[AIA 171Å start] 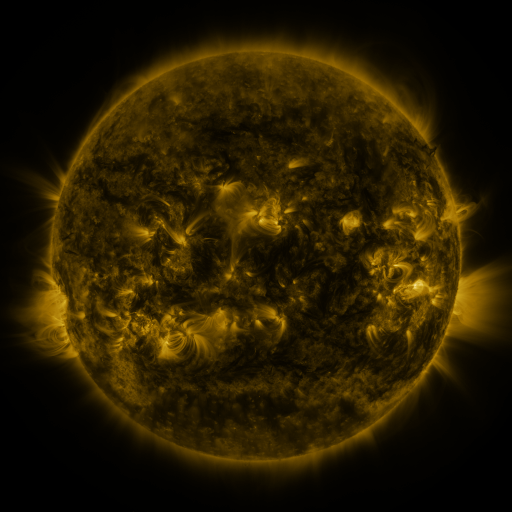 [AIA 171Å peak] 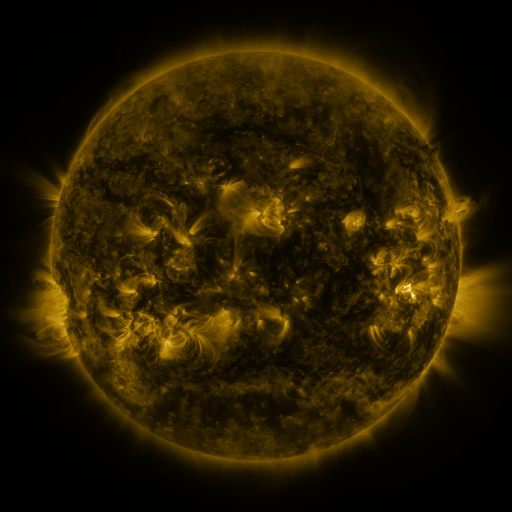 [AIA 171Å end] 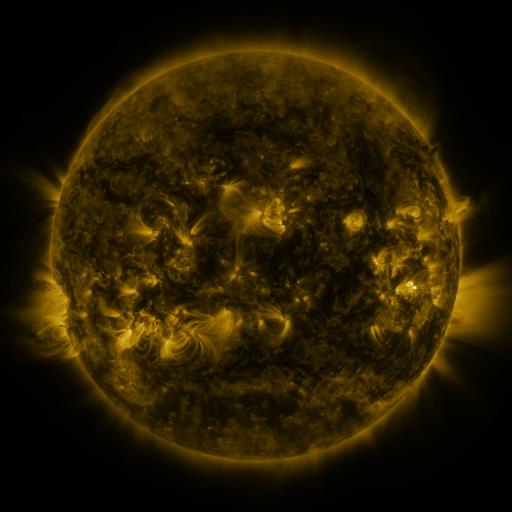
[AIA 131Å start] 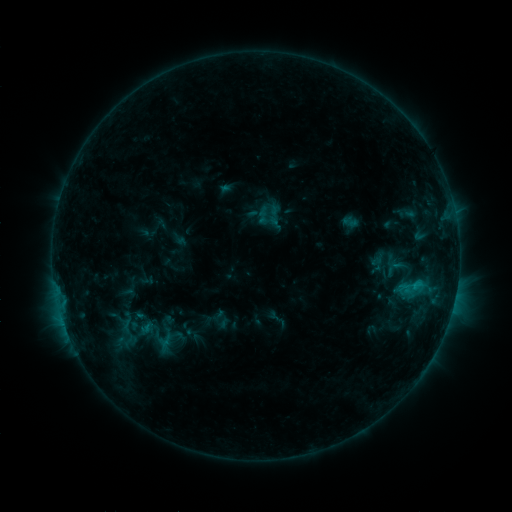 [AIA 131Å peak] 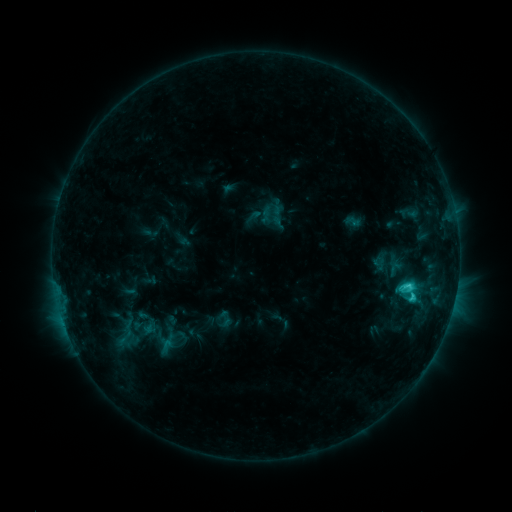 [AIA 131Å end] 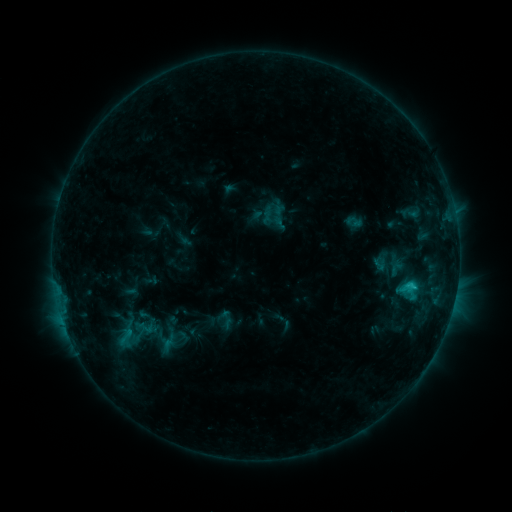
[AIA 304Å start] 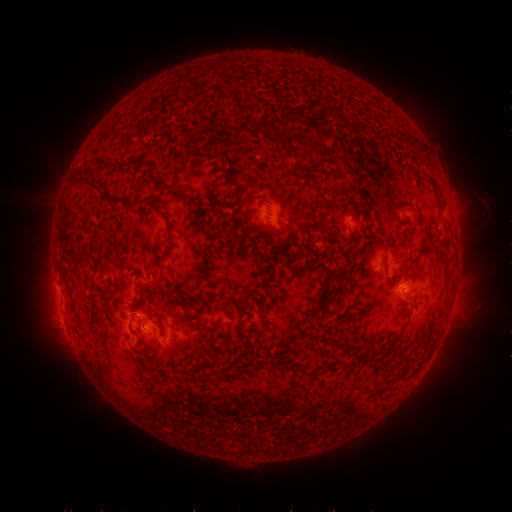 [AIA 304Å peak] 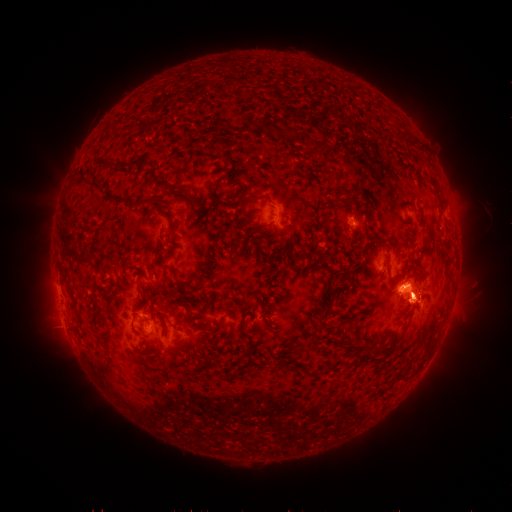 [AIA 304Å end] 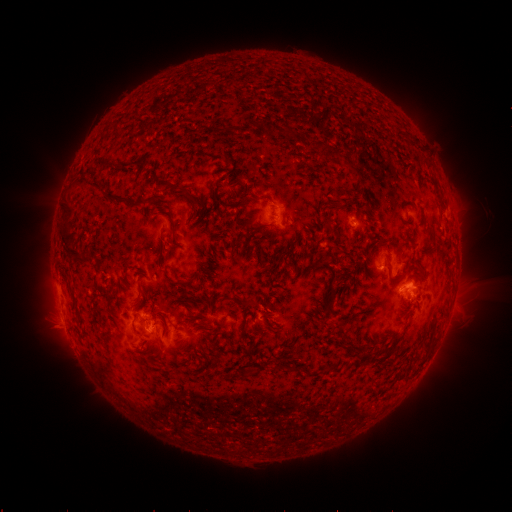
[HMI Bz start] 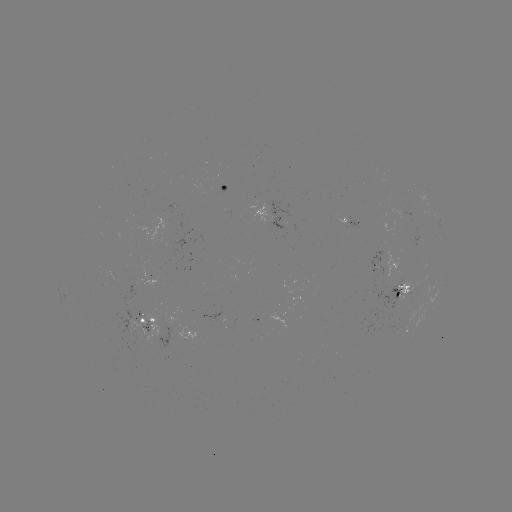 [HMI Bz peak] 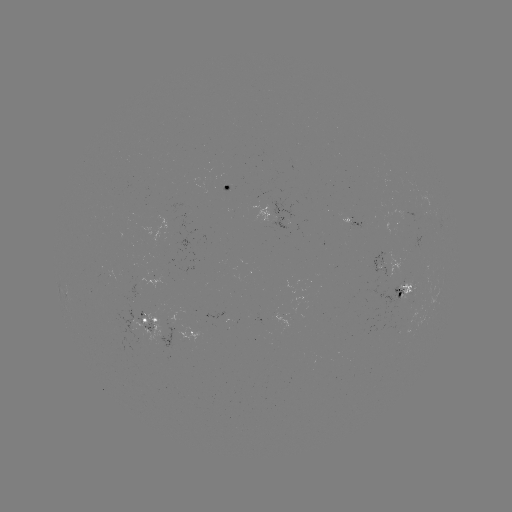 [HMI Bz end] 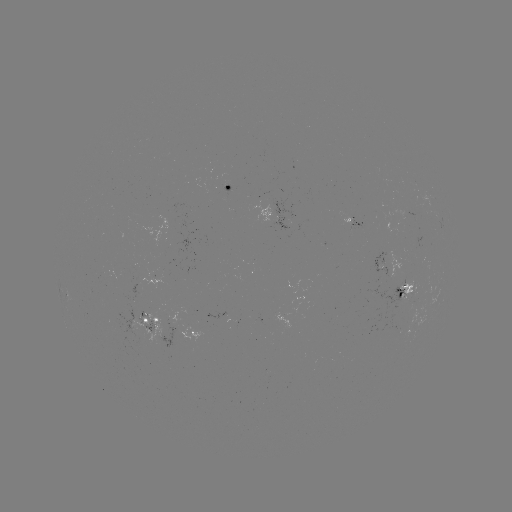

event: emerging-flux region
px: (353, 229)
